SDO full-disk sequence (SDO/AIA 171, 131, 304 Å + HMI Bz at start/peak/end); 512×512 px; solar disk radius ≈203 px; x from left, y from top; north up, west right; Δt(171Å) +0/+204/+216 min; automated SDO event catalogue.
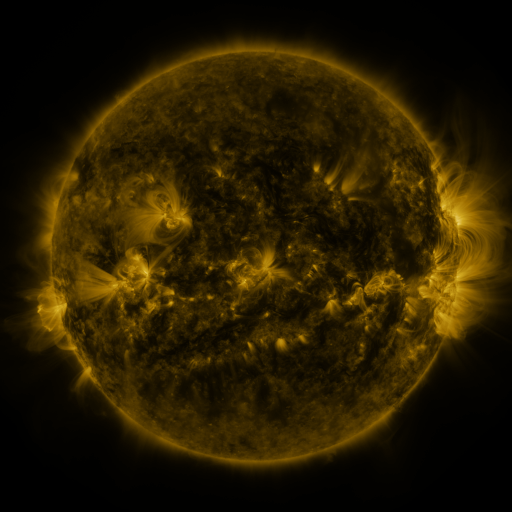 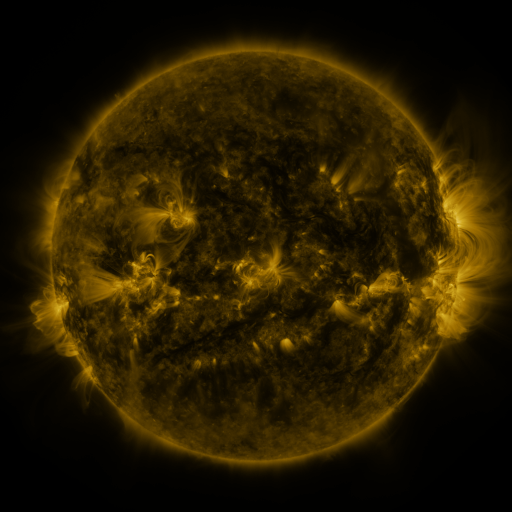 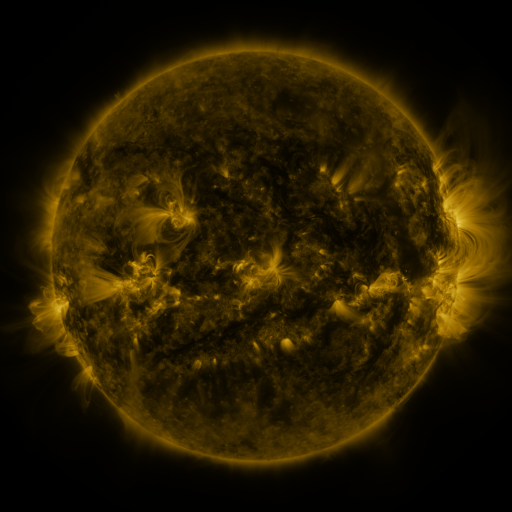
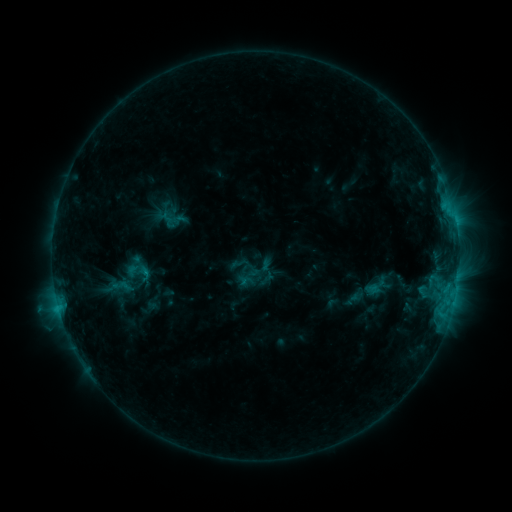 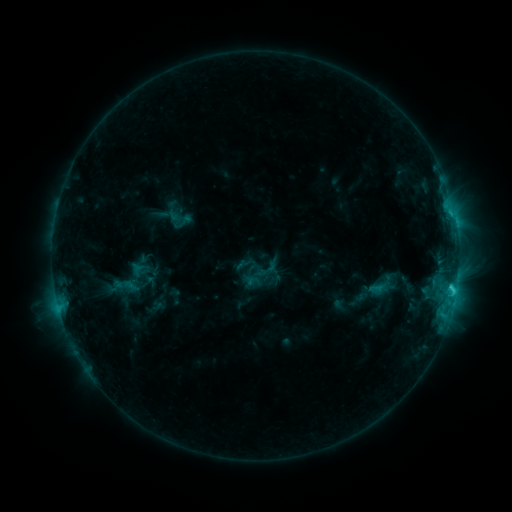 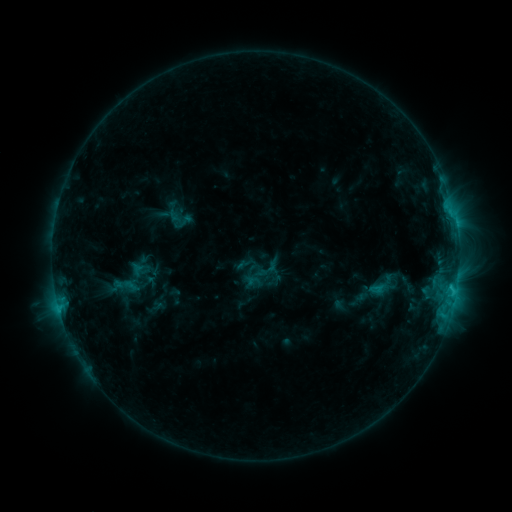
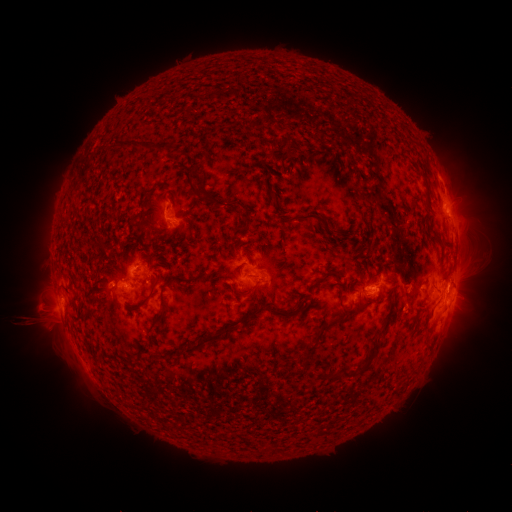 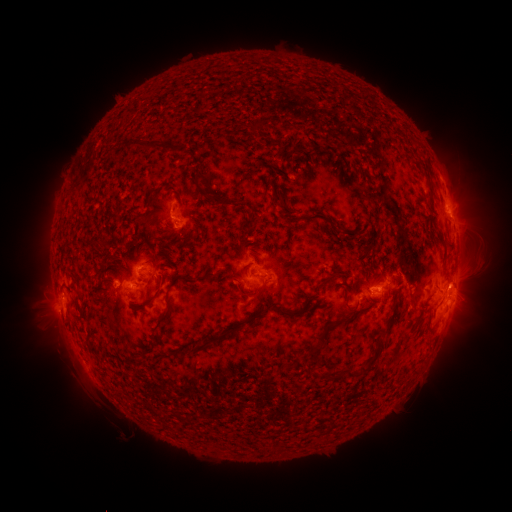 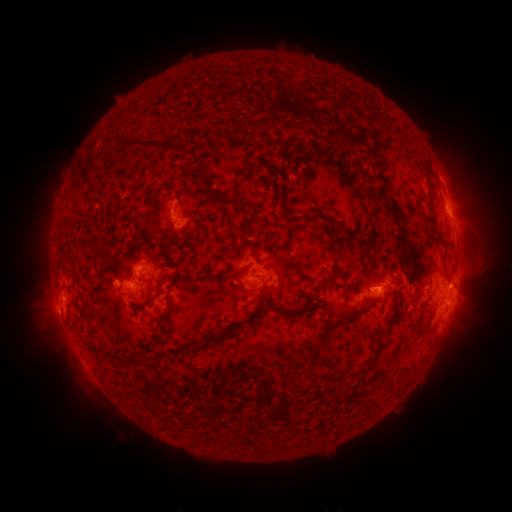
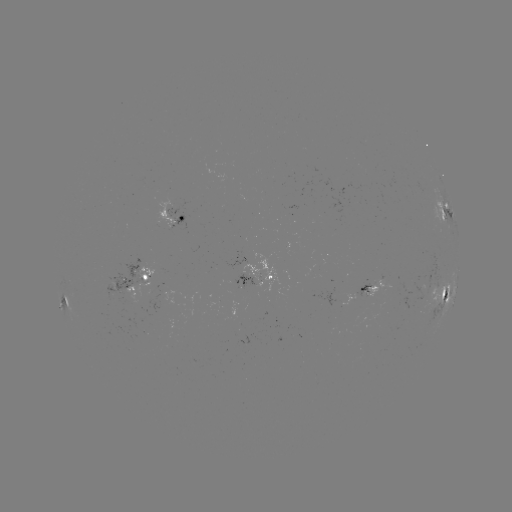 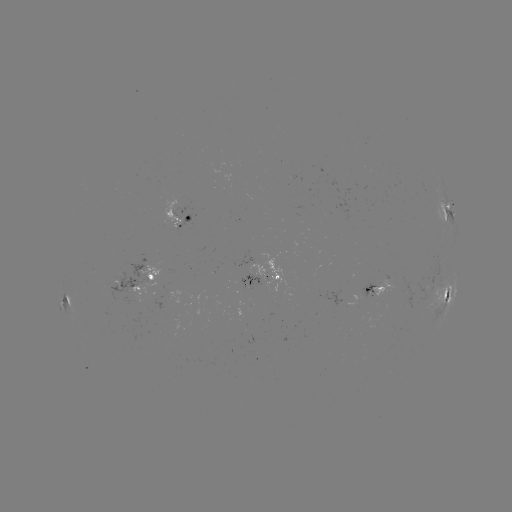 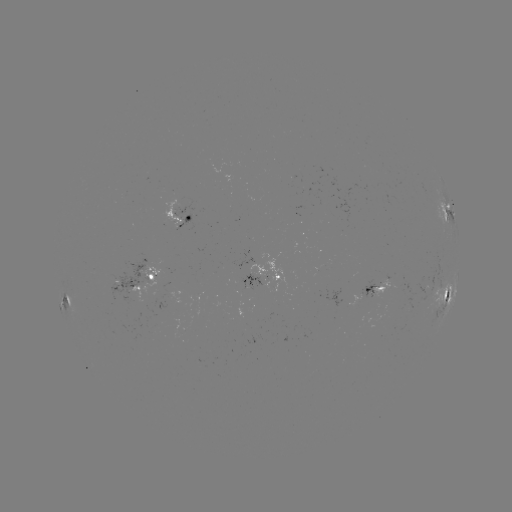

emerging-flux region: [164, 199, 182, 228]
